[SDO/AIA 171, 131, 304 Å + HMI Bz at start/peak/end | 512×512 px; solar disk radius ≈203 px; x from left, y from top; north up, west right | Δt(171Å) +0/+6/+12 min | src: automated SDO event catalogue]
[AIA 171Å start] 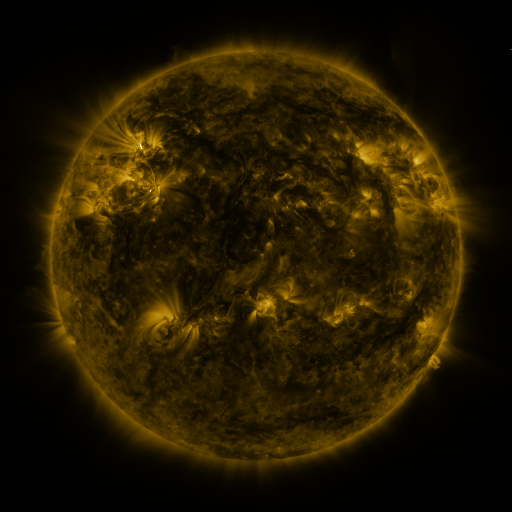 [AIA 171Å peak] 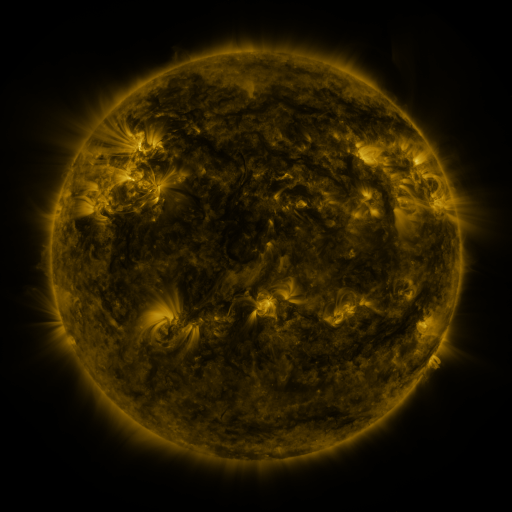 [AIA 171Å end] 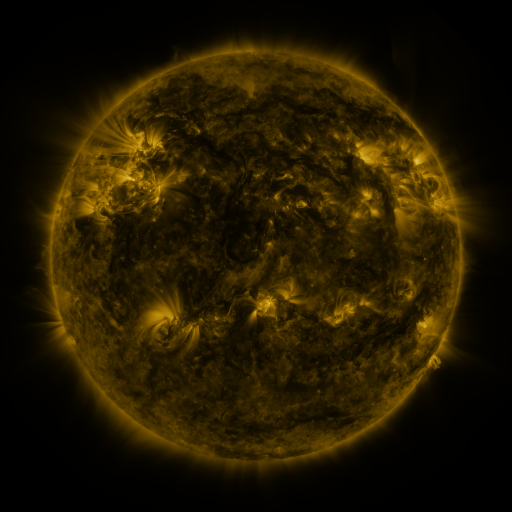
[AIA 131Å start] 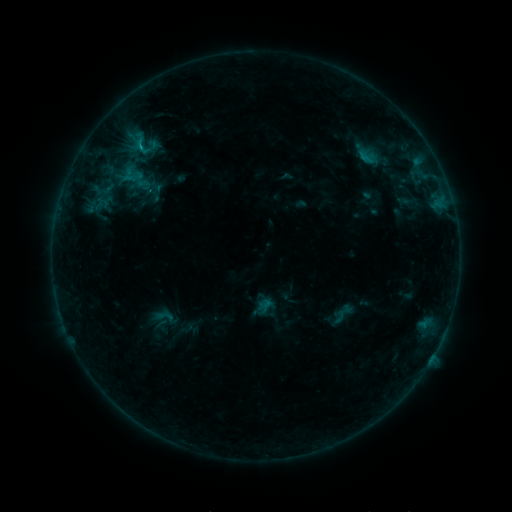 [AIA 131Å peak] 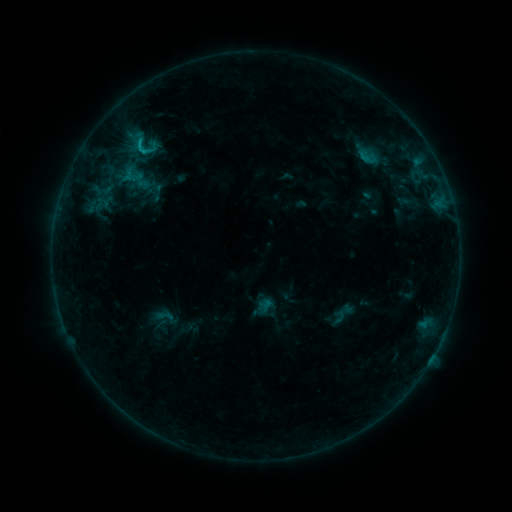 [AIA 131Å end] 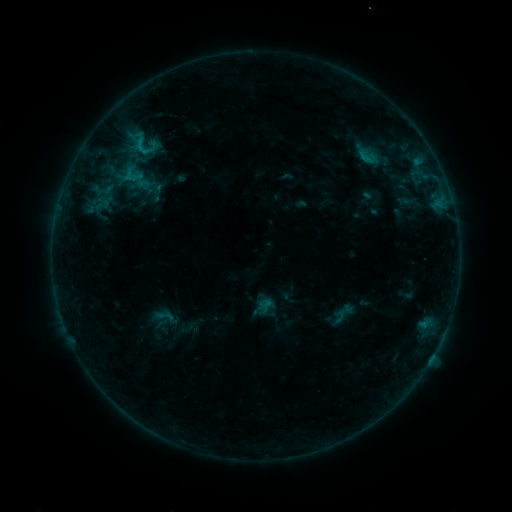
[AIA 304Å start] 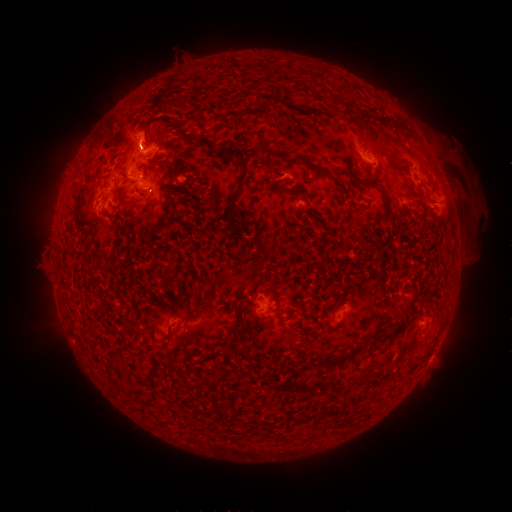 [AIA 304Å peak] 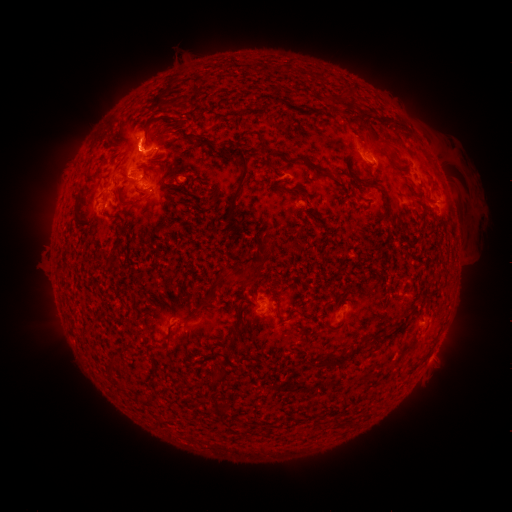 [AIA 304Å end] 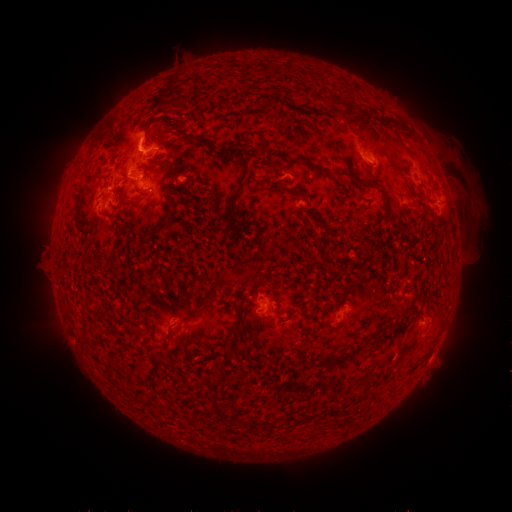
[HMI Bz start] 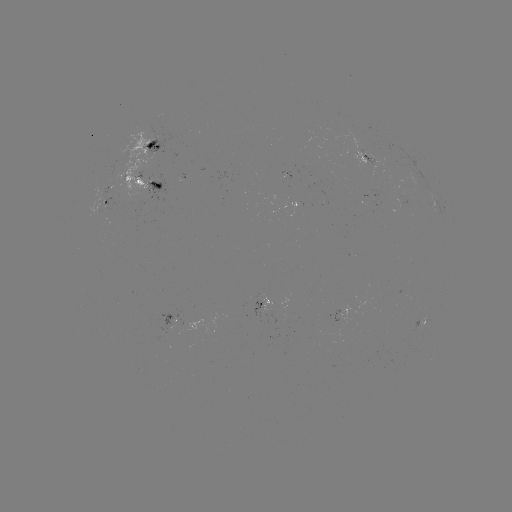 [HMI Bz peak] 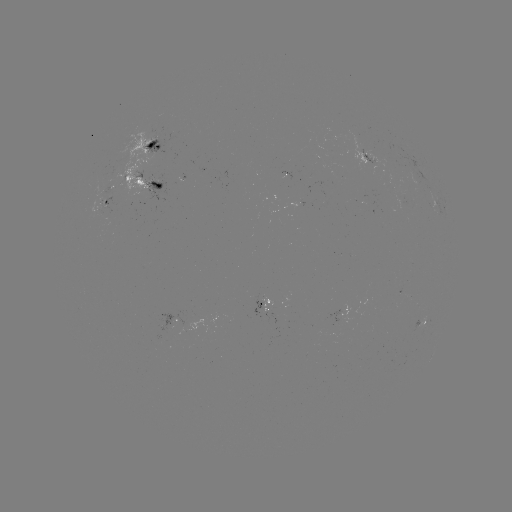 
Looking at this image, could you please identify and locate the B8.6 flare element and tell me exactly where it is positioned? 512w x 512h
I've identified B8.6 flare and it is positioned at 140,149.